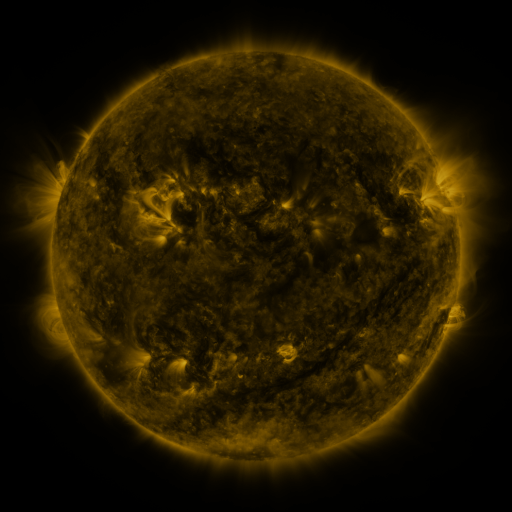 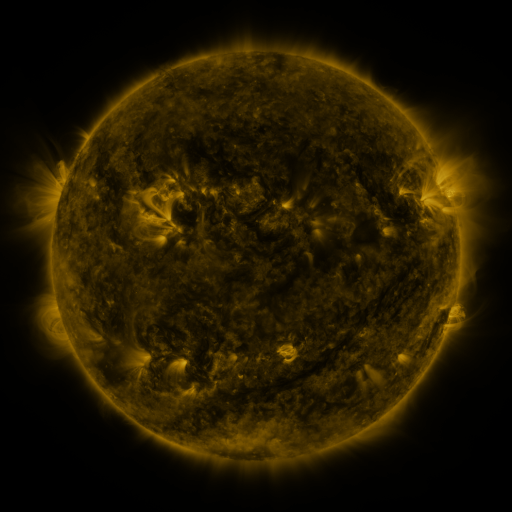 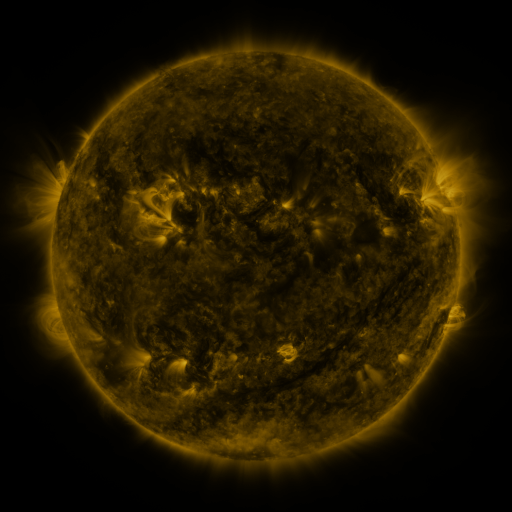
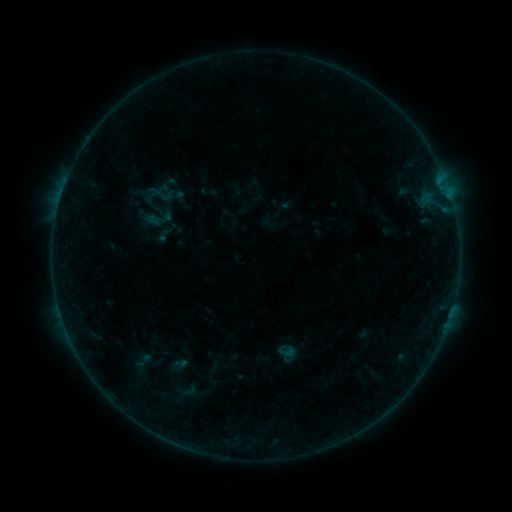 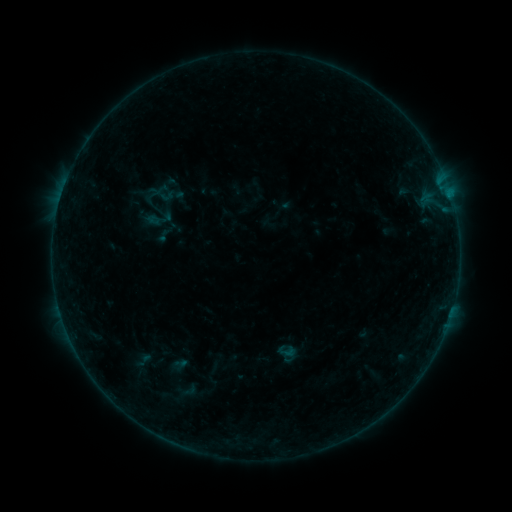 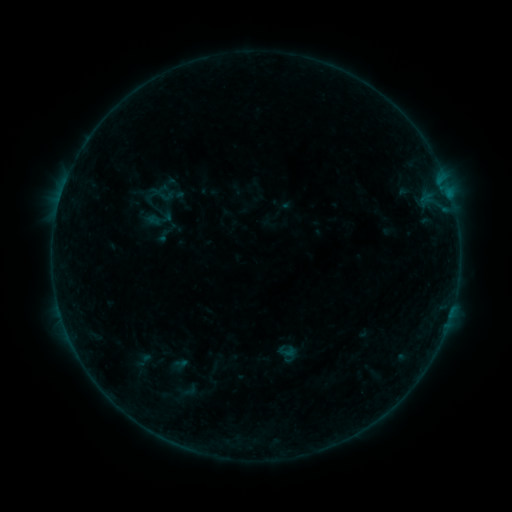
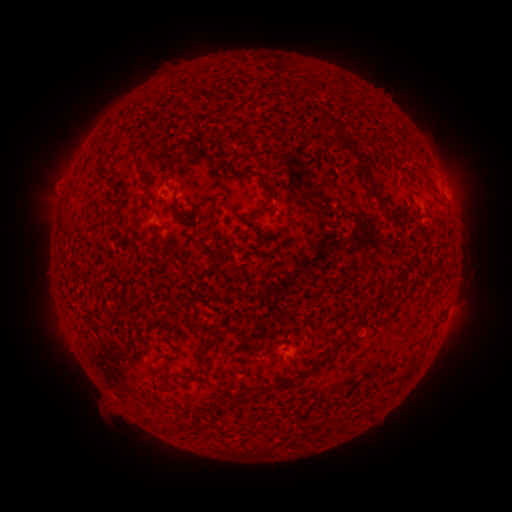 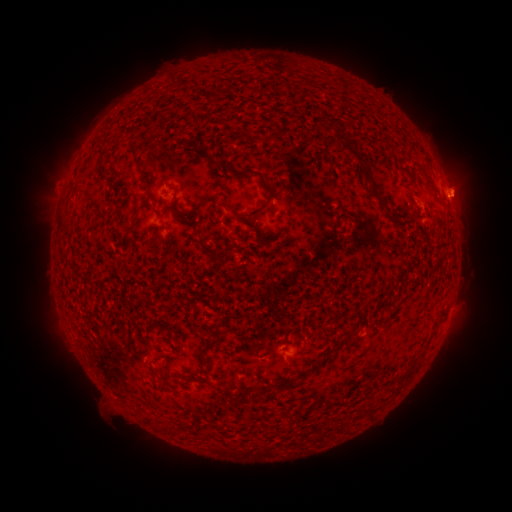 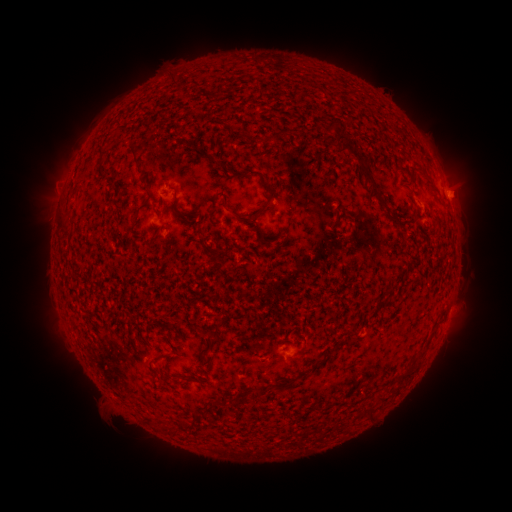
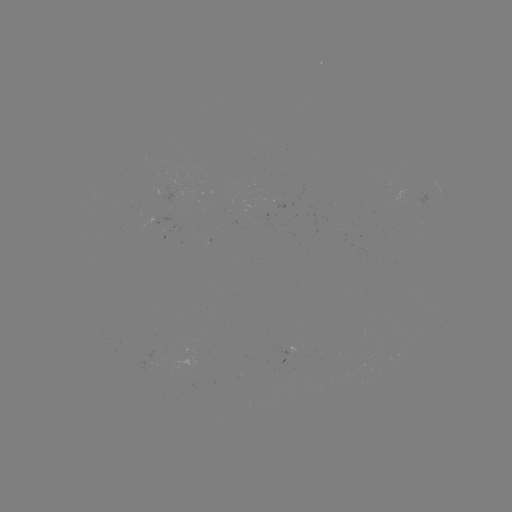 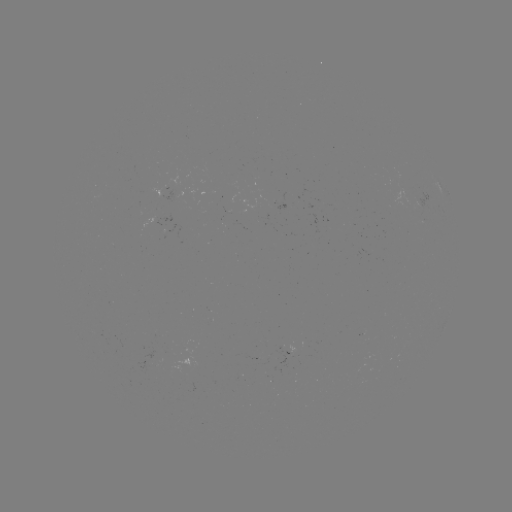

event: eruption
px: (460, 187)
